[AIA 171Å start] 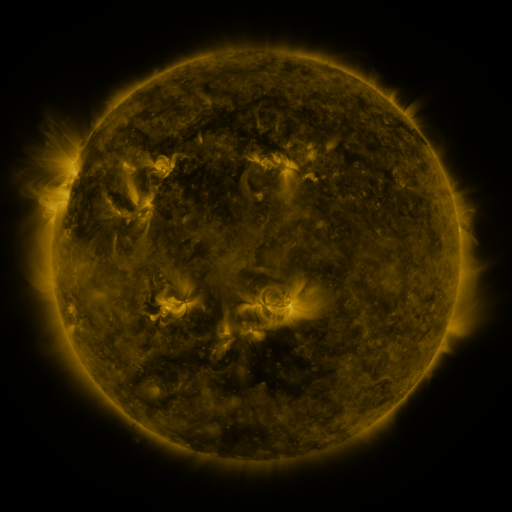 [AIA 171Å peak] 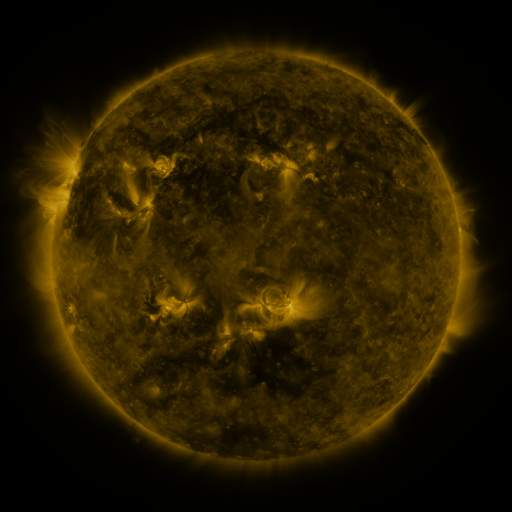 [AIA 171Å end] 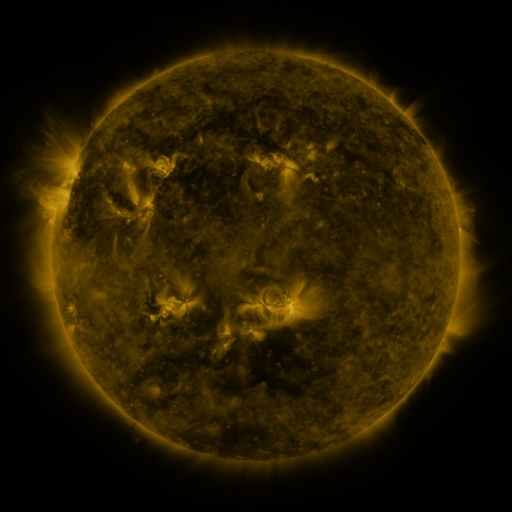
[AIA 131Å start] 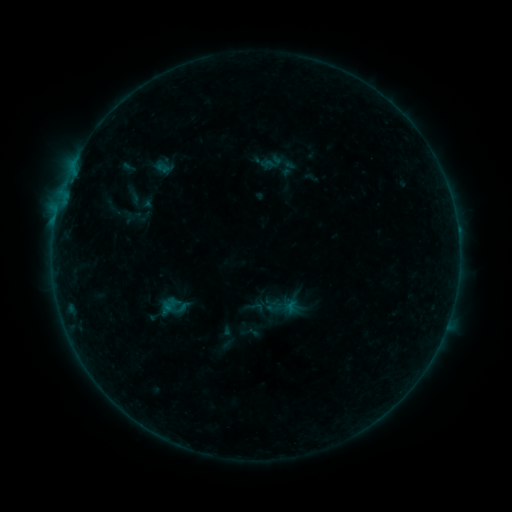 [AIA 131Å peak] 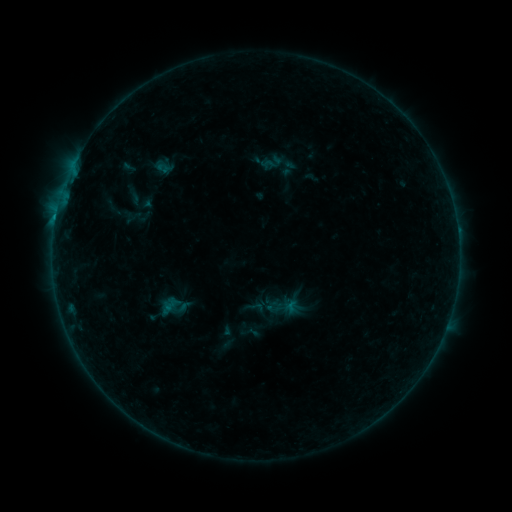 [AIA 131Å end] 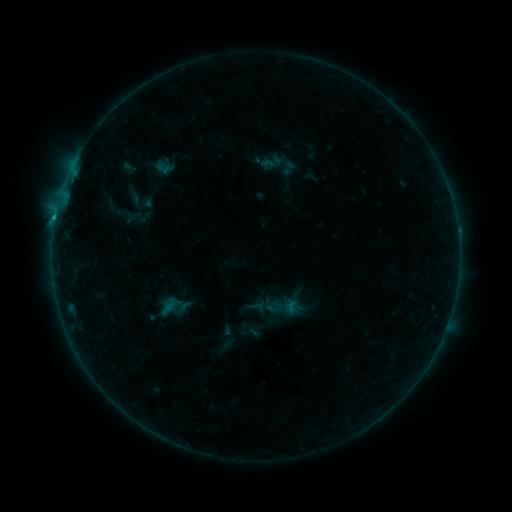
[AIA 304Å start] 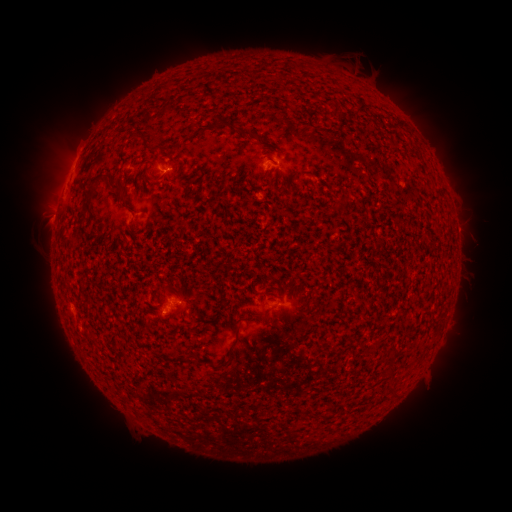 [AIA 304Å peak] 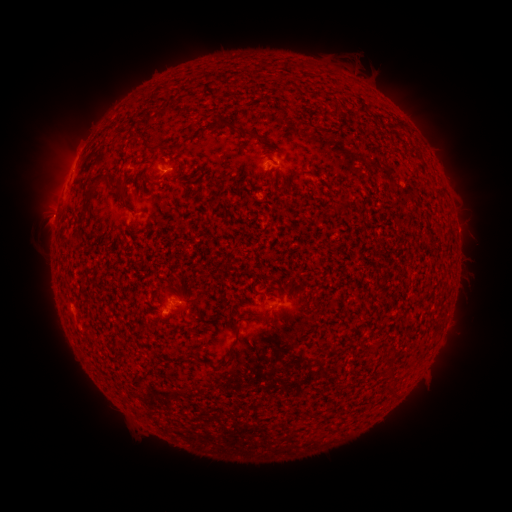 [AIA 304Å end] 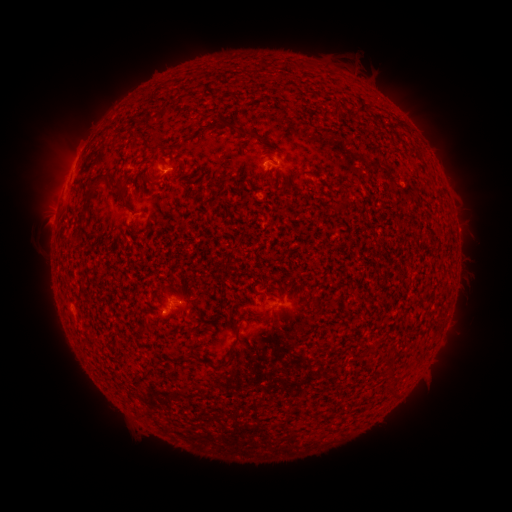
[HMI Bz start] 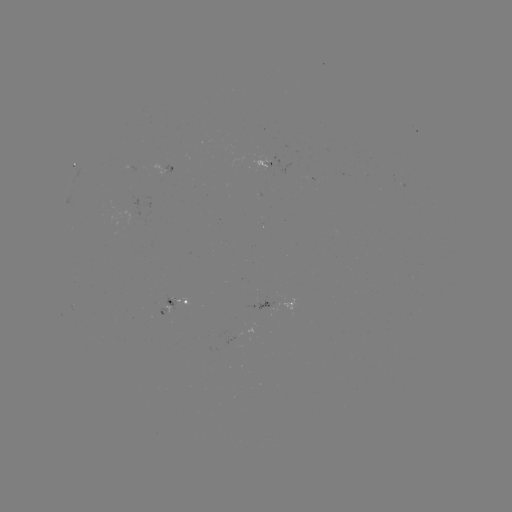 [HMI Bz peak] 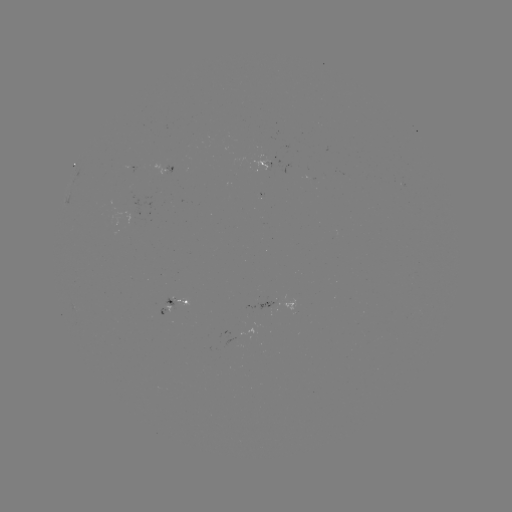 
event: flare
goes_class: B5.2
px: (55, 223)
